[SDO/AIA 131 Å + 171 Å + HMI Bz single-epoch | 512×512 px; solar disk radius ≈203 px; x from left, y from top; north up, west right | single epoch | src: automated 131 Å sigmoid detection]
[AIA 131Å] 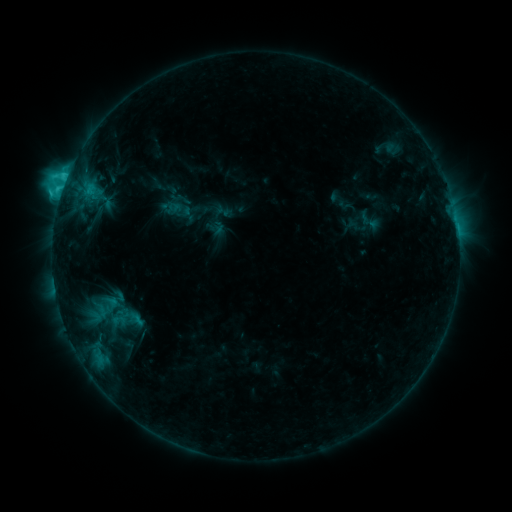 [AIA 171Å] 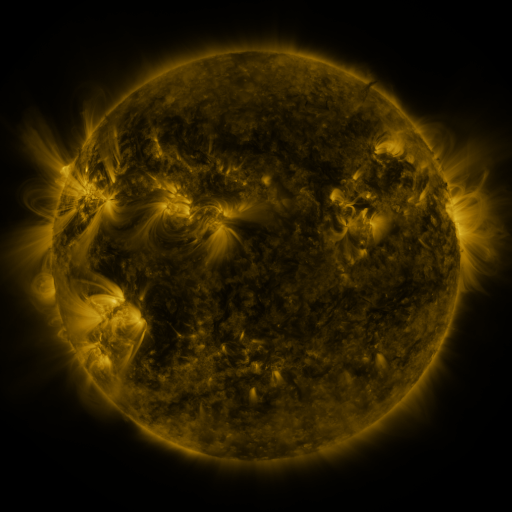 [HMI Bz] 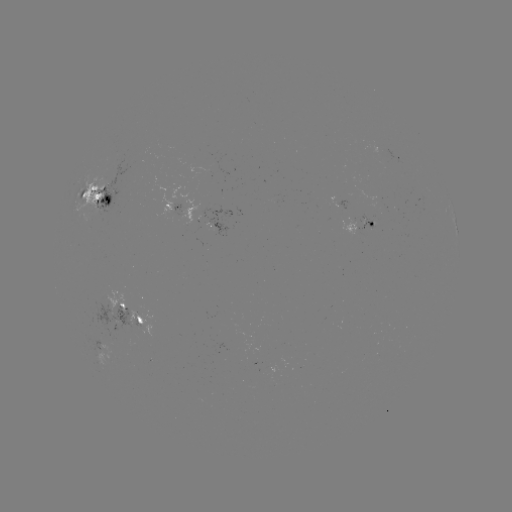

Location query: sigmoid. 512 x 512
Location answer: (369, 221).